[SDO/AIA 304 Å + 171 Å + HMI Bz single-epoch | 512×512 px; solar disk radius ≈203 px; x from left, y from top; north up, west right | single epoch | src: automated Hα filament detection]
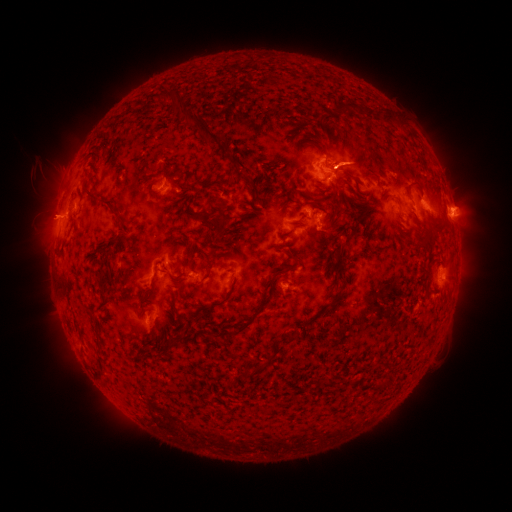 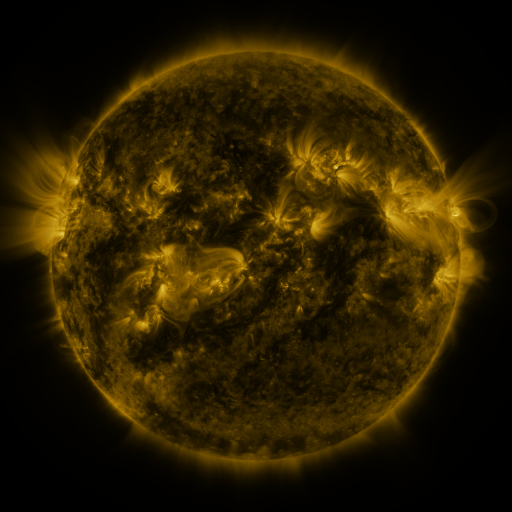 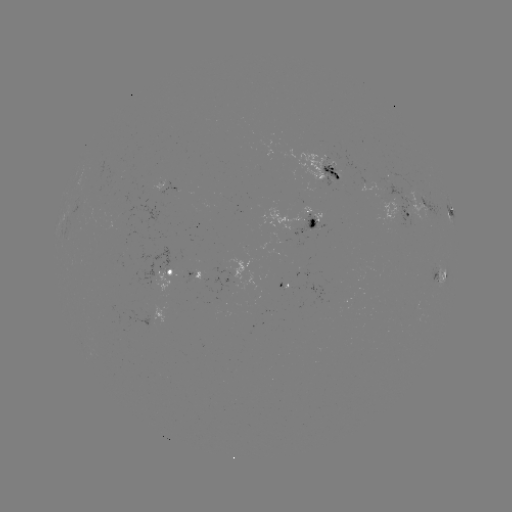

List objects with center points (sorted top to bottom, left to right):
filament: [164, 89, 225, 142]
filament: [340, 103, 356, 111]
filament: [366, 109, 376, 118]
filament: [315, 144, 330, 158]
filament: [342, 170, 354, 180]
filament: [241, 175, 258, 189]
filament: [83, 178, 117, 211]
filament: [404, 181, 424, 193]
filament: [219, 197, 229, 223]
filament: [191, 211, 209, 224]
filament: [282, 223, 305, 238]
filament: [97, 272, 107, 289]
filament: [168, 286, 178, 298]
filament: [199, 300, 224, 311]
filament: [170, 302, 180, 315]
filament: [221, 303, 265, 336]
filament: [285, 331, 302, 344]
filament: [164, 338, 174, 353]
filament: [239, 354, 273, 379]
filament: [372, 377, 389, 390]
